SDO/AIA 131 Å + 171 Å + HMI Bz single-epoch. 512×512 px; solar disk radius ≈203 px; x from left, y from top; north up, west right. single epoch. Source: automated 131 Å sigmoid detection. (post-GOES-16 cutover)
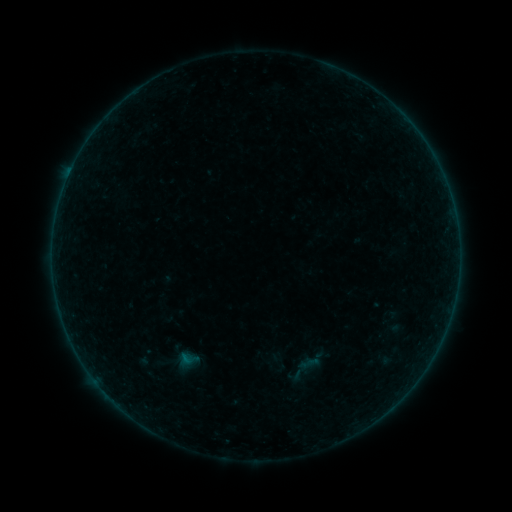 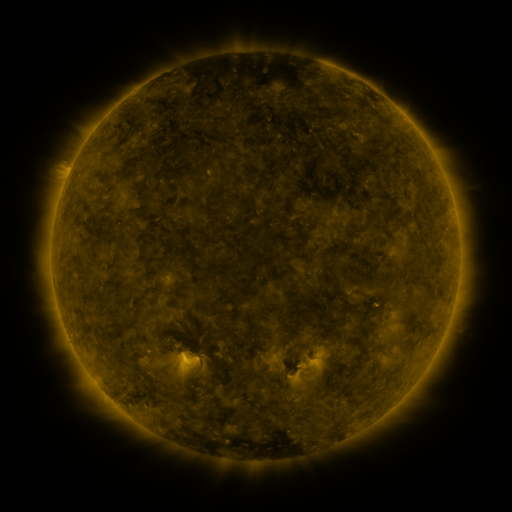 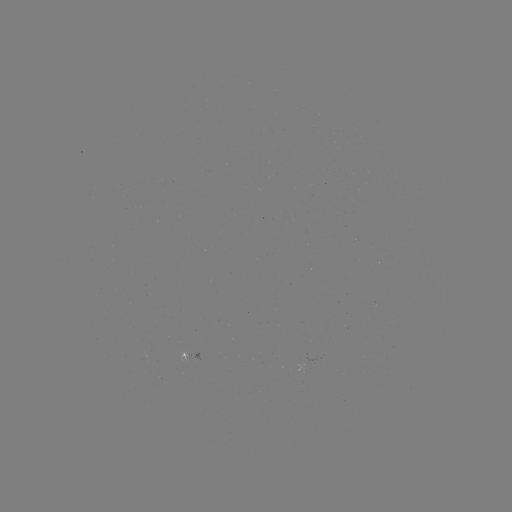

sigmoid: <bbox>174, 348, 203, 370</bbox>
